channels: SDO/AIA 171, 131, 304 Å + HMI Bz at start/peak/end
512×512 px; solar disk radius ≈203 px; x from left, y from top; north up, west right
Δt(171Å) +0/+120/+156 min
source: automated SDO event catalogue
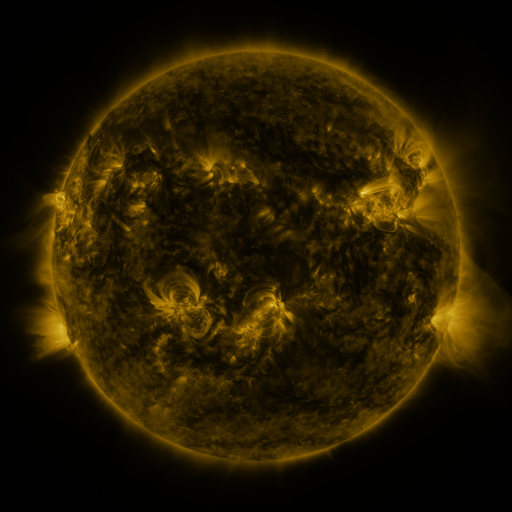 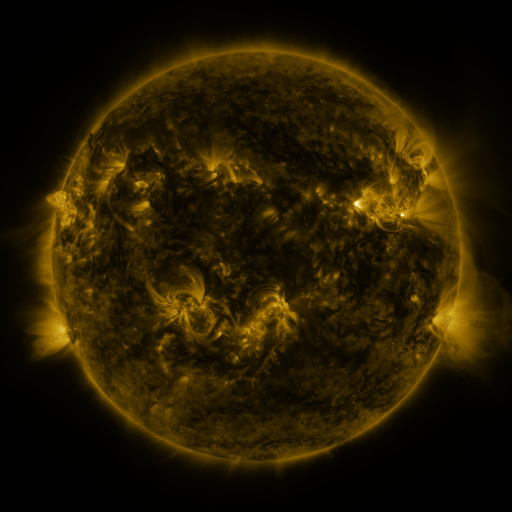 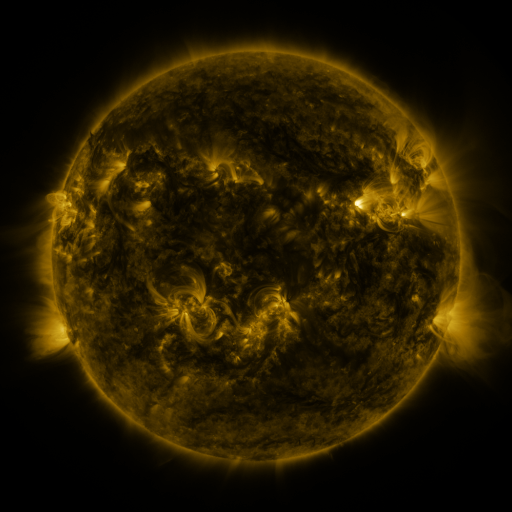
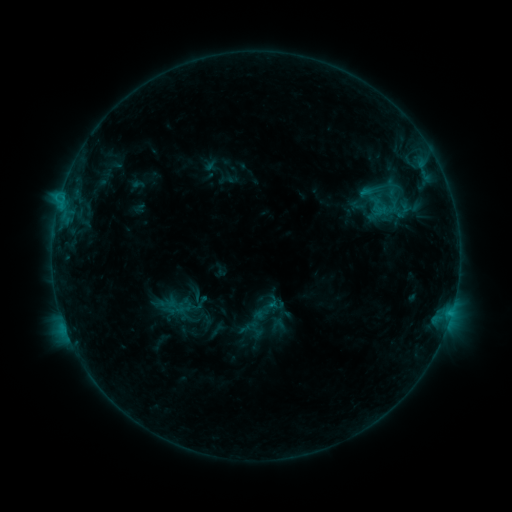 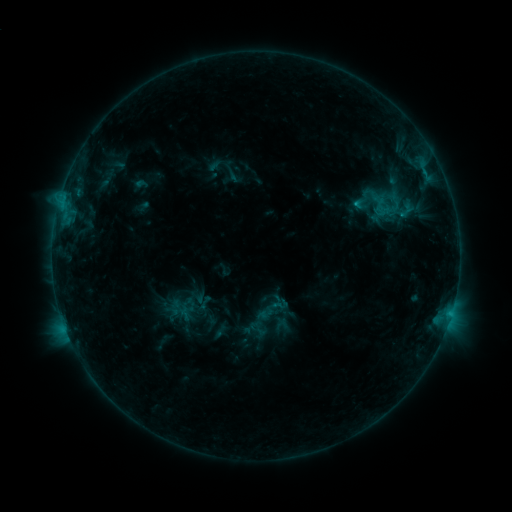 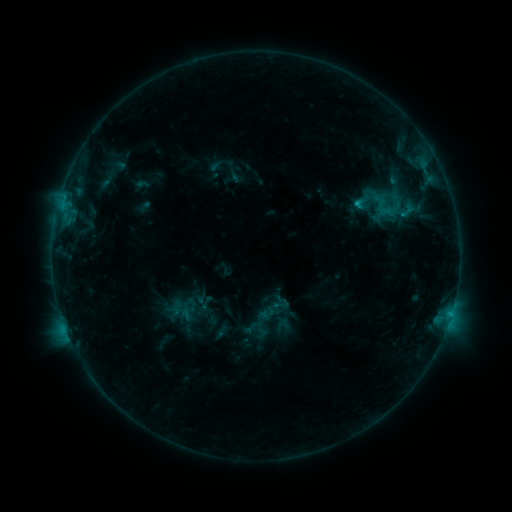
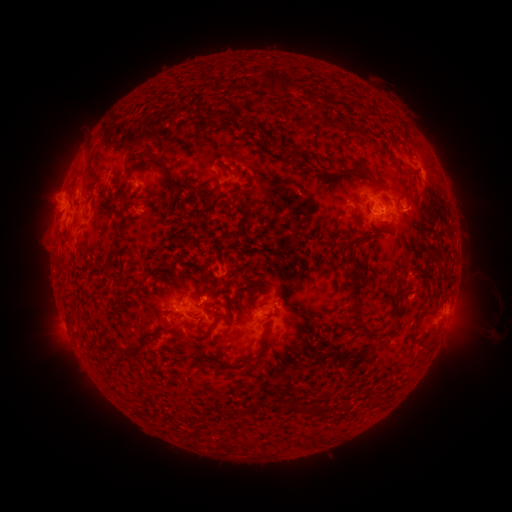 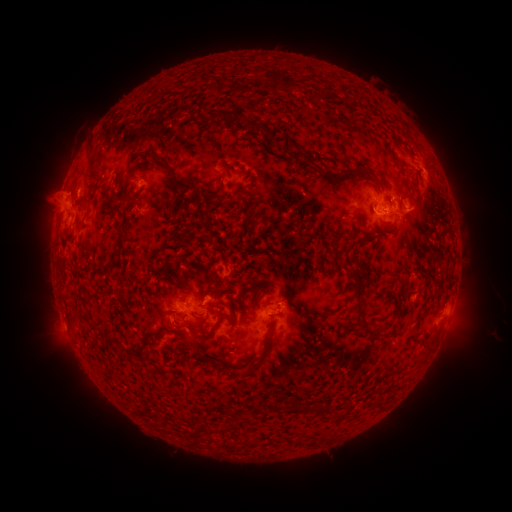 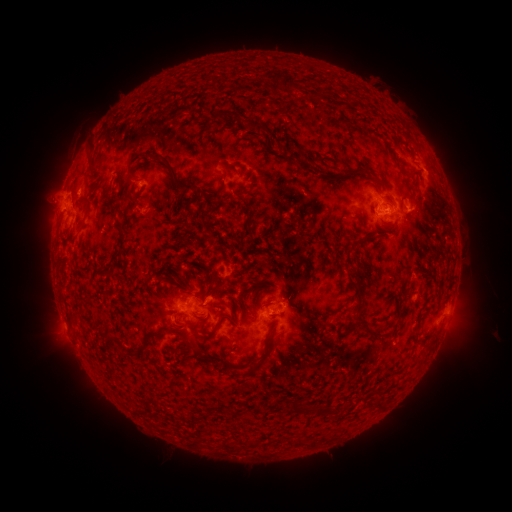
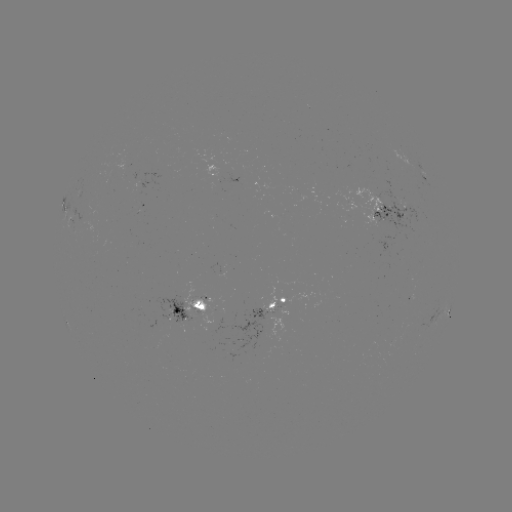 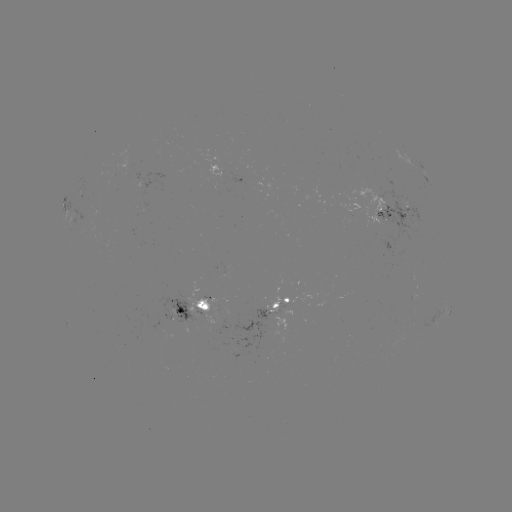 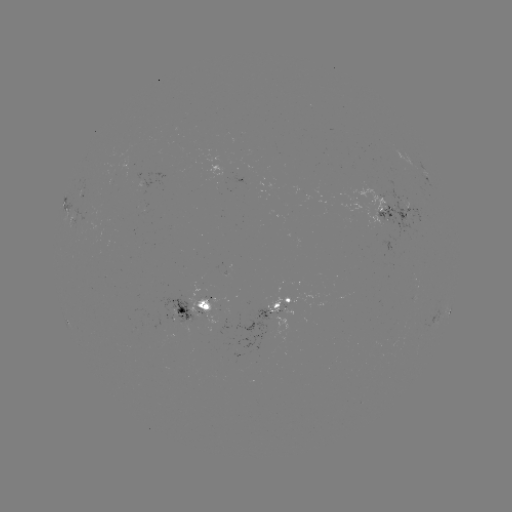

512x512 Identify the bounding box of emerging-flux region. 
[400, 200, 412, 209].